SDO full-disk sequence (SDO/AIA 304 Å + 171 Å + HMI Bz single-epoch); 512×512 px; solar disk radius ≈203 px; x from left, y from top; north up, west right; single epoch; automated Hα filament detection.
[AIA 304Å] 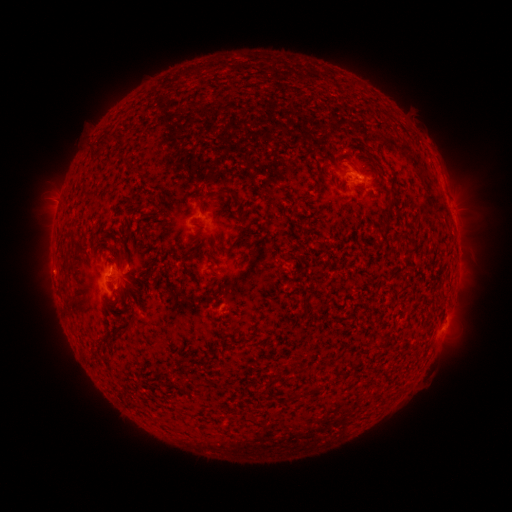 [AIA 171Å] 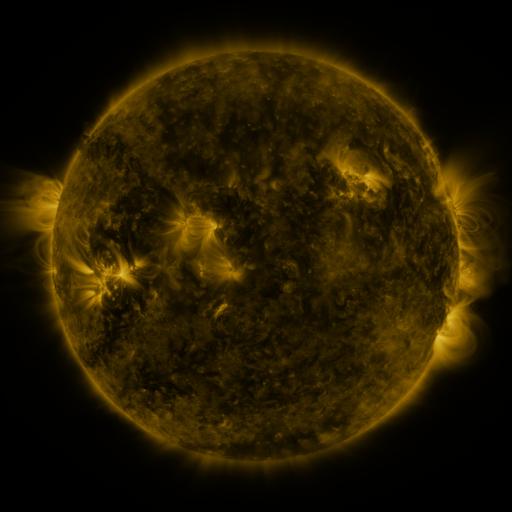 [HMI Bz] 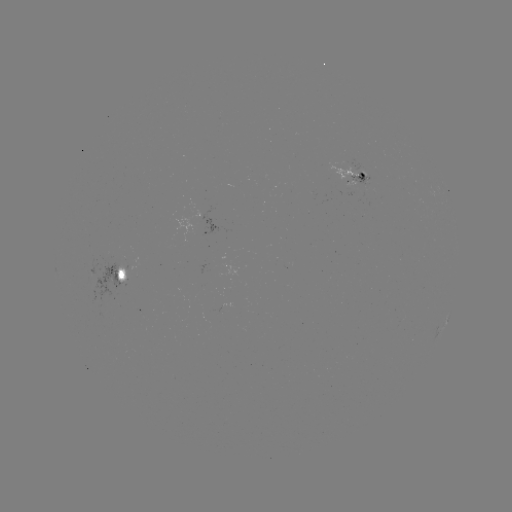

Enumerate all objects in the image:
filament: (349, 163)
filament: (224, 192)
filament: (389, 206)
filament: (240, 217)
filament: (124, 326)
filament: (106, 335)
filament: (274, 380)
filament: (314, 387)
